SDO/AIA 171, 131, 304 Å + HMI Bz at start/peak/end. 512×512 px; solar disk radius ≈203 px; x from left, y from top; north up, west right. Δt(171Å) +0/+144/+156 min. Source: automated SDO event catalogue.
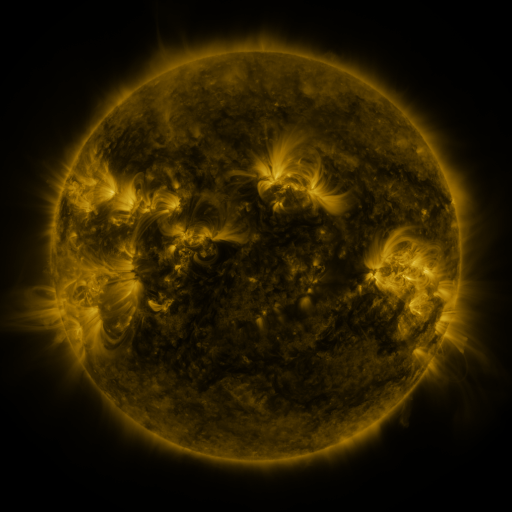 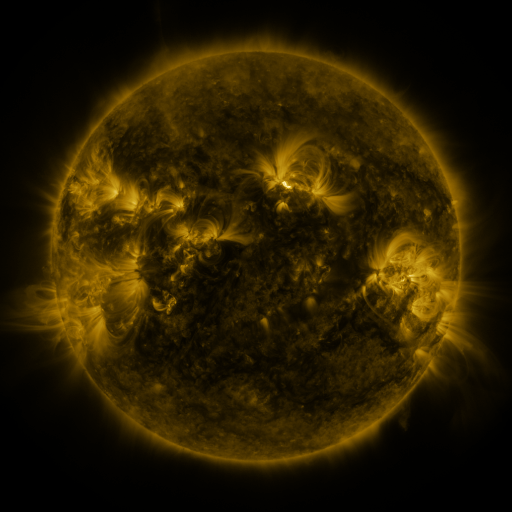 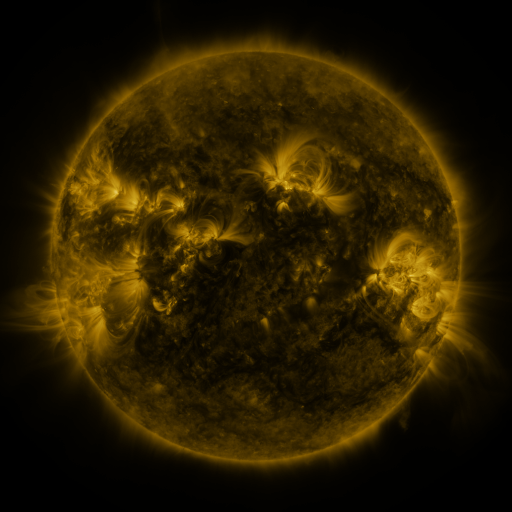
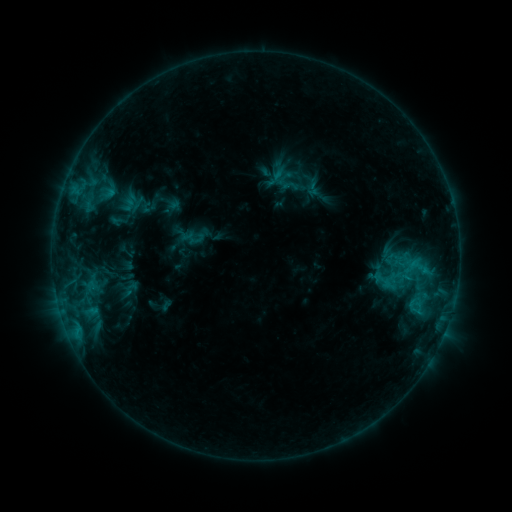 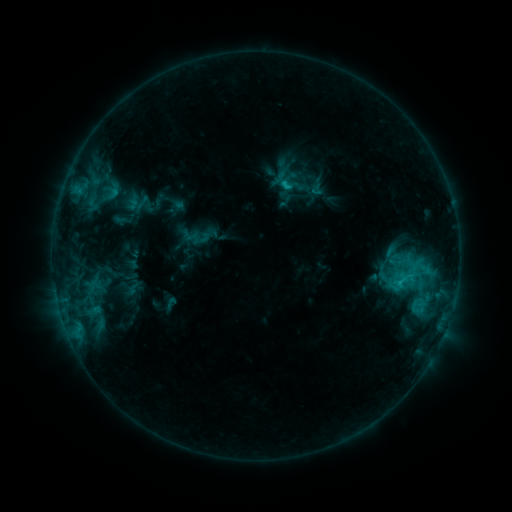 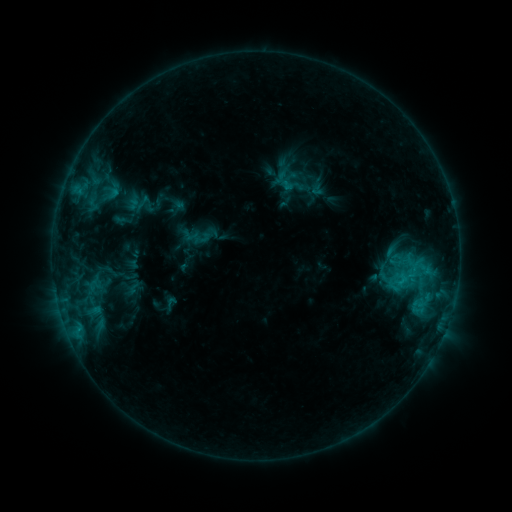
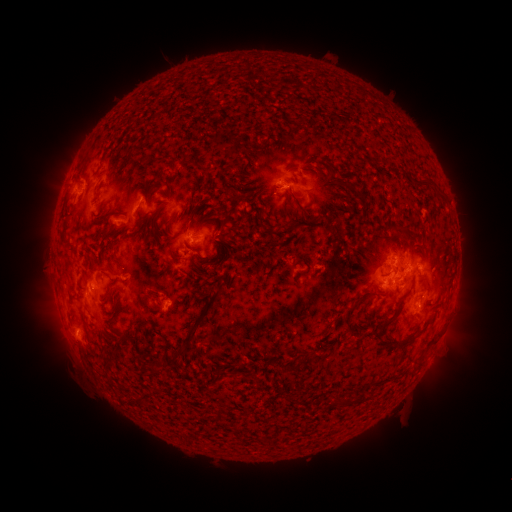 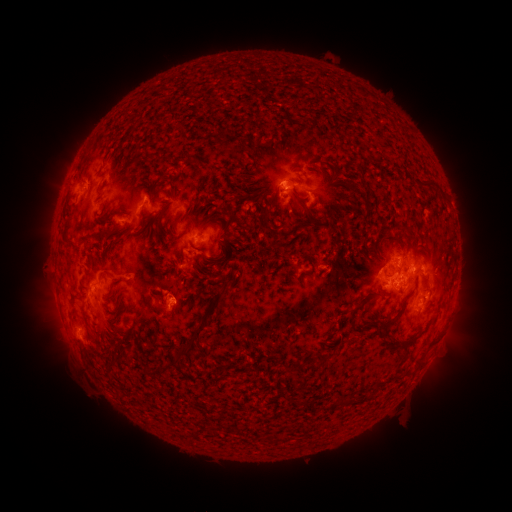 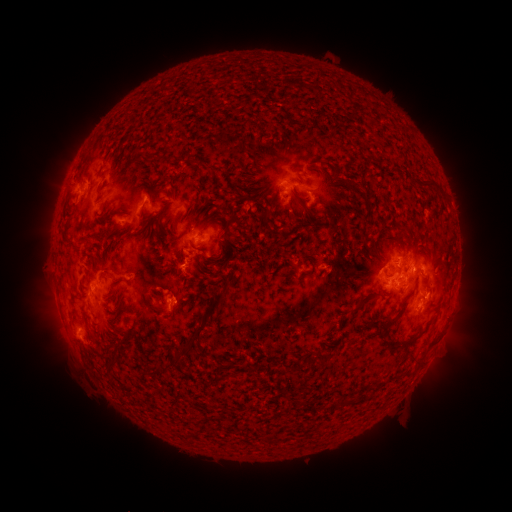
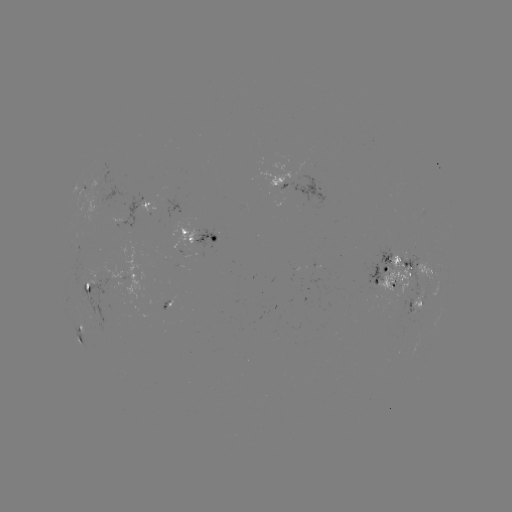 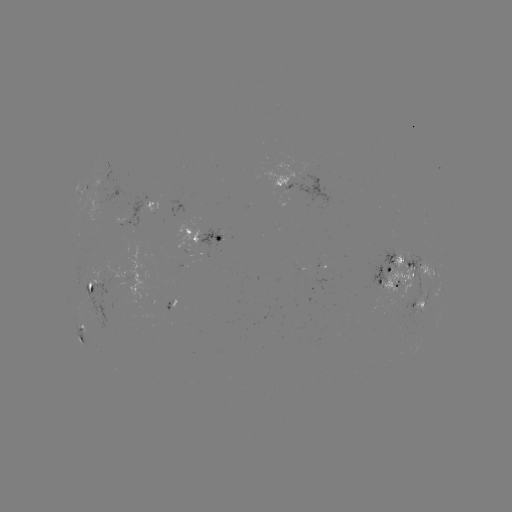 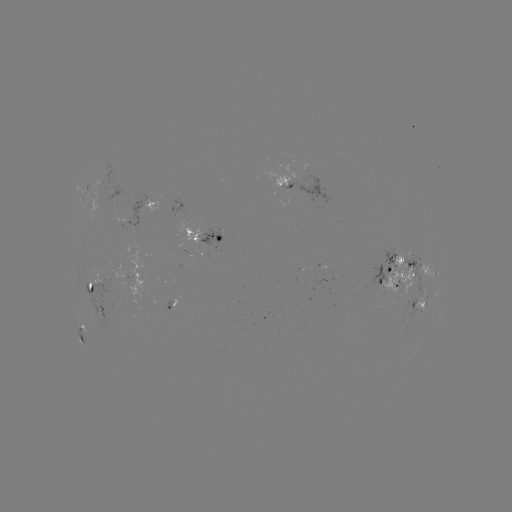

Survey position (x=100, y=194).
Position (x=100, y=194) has emerging-flux region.